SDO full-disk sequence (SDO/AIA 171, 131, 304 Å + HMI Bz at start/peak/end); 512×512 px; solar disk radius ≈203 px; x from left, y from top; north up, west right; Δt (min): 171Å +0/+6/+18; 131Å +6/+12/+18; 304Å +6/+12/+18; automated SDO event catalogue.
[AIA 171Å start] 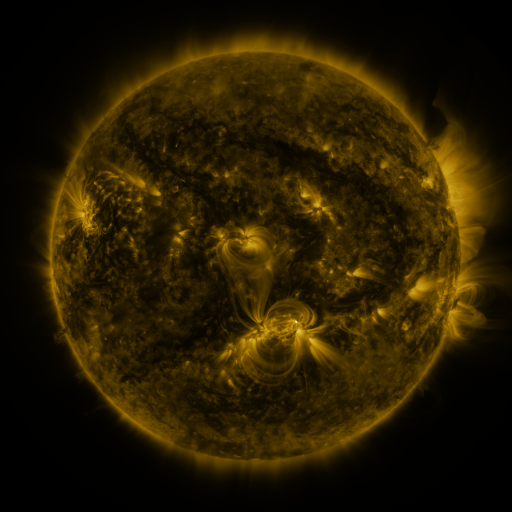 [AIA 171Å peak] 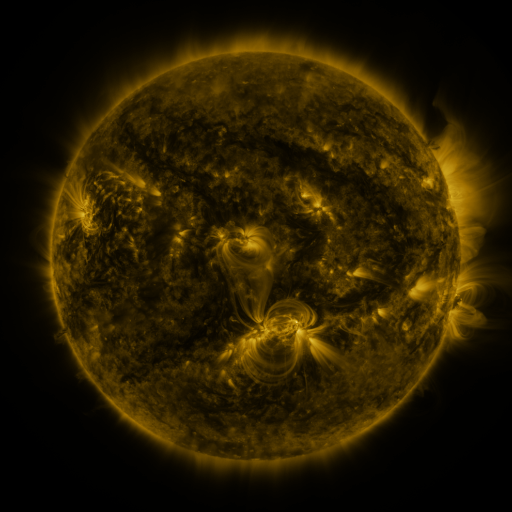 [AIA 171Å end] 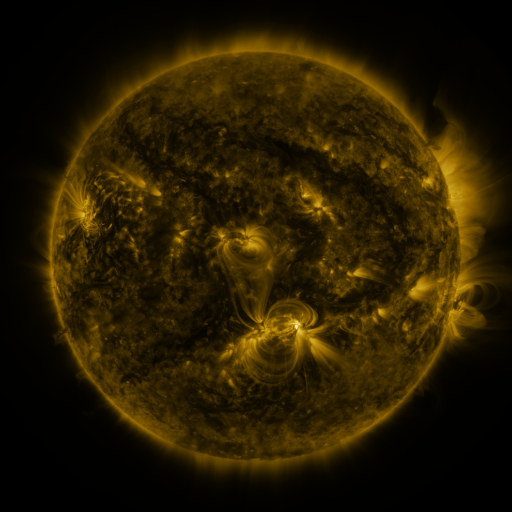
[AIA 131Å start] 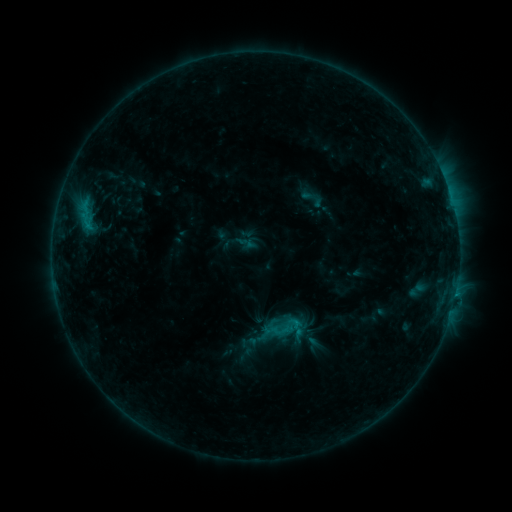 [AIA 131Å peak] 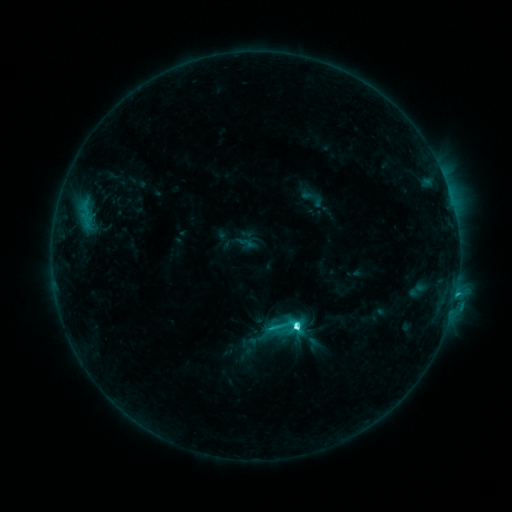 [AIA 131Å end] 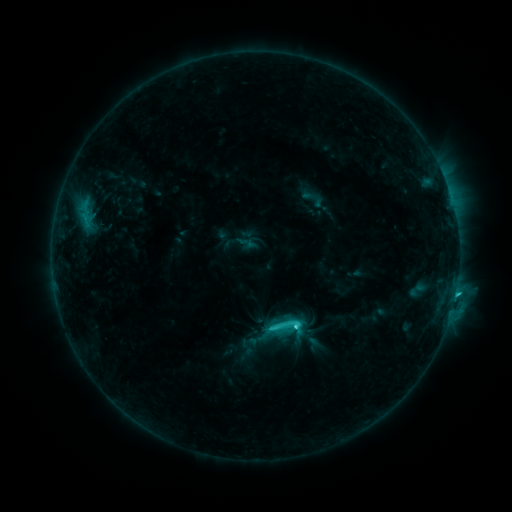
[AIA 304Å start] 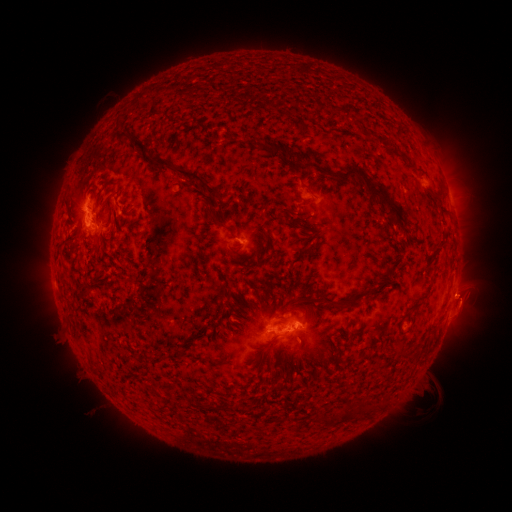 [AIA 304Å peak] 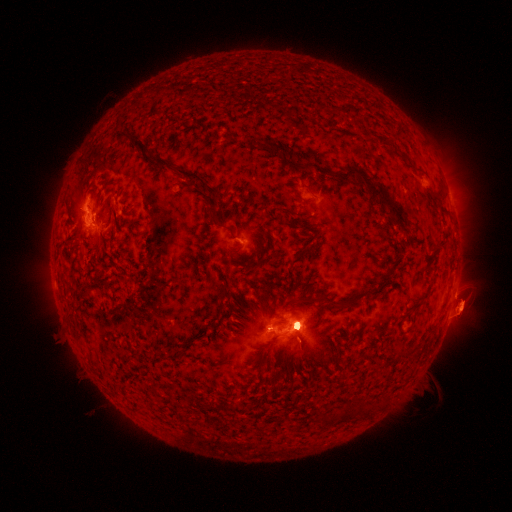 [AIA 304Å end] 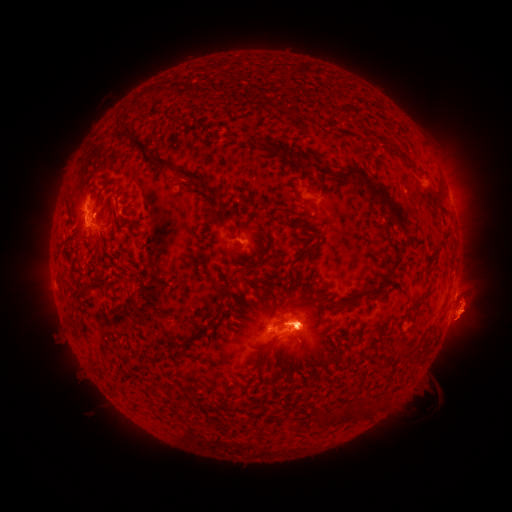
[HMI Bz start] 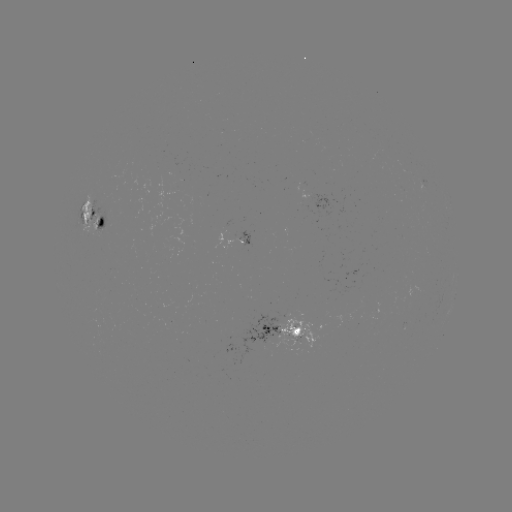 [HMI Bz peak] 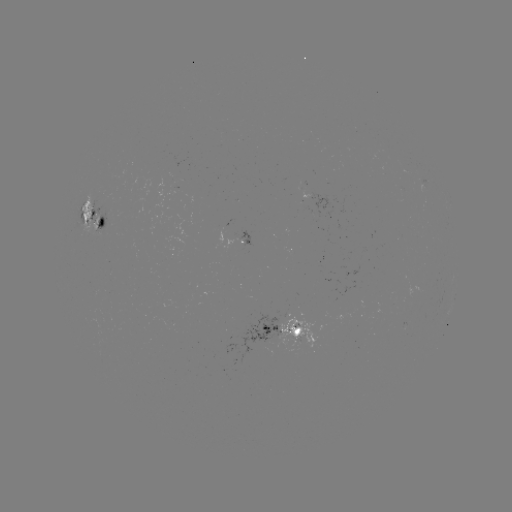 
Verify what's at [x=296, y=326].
C7.2 flare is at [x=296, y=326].